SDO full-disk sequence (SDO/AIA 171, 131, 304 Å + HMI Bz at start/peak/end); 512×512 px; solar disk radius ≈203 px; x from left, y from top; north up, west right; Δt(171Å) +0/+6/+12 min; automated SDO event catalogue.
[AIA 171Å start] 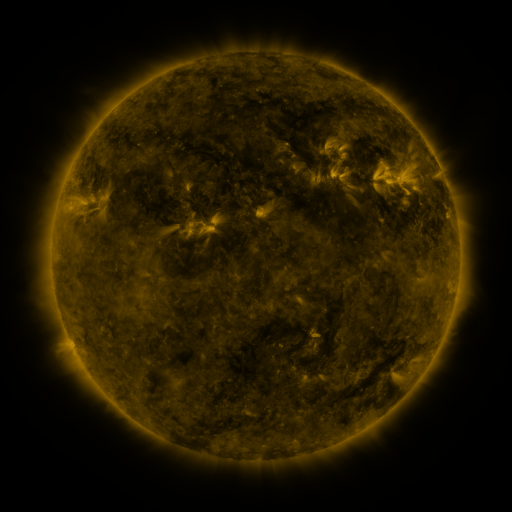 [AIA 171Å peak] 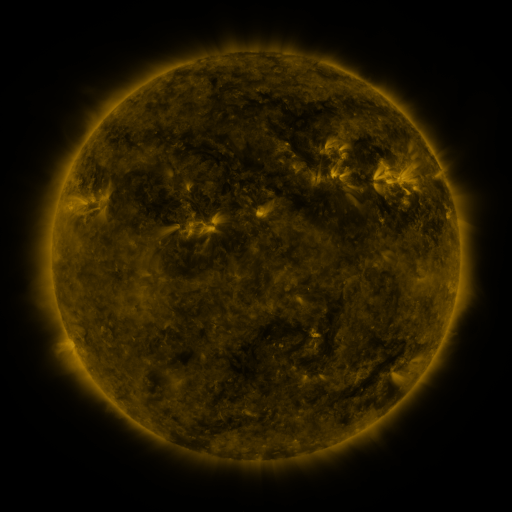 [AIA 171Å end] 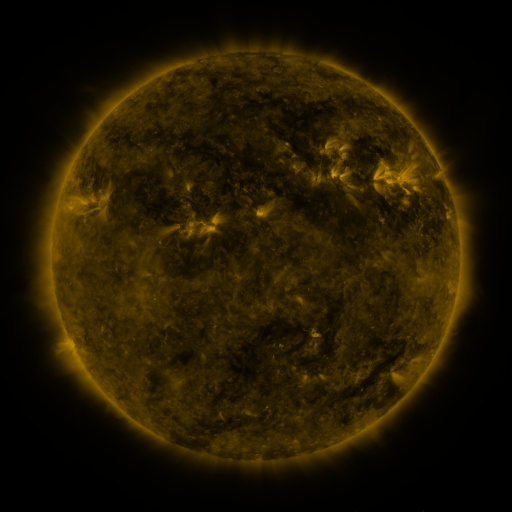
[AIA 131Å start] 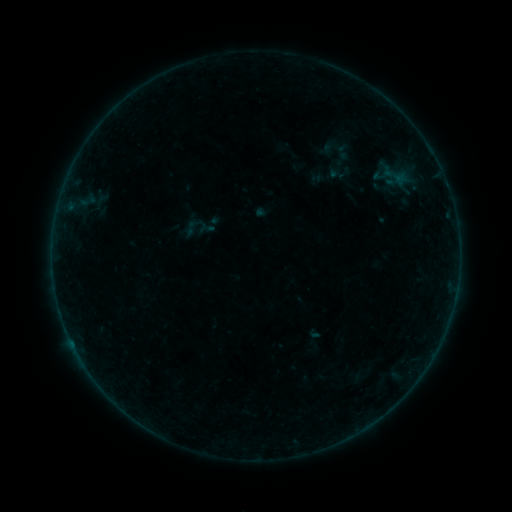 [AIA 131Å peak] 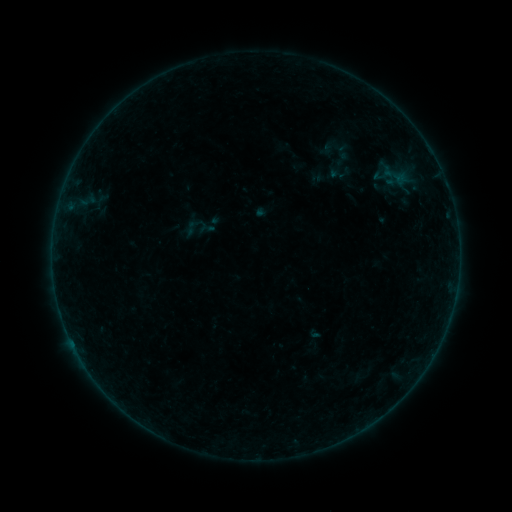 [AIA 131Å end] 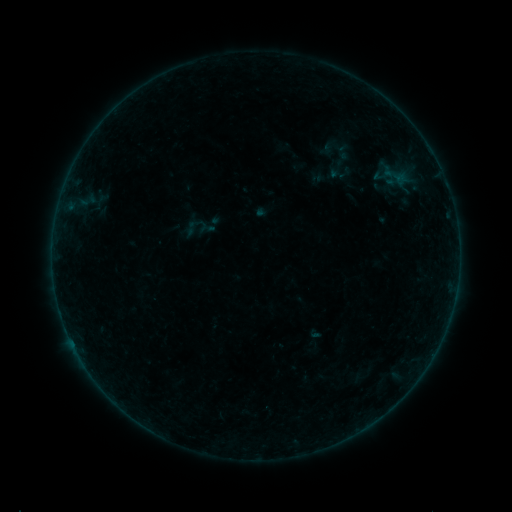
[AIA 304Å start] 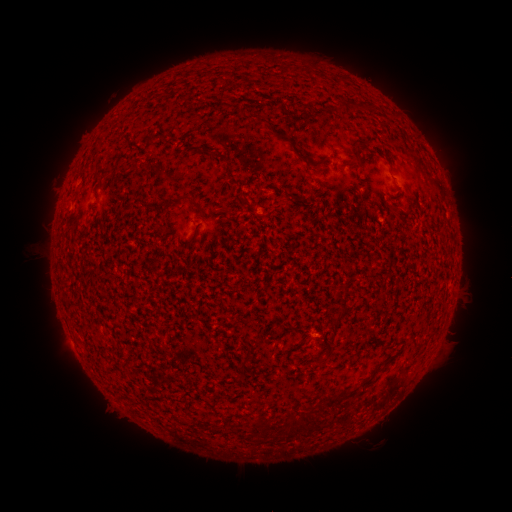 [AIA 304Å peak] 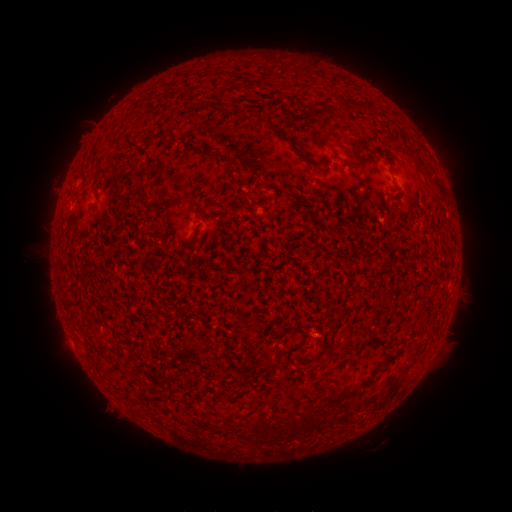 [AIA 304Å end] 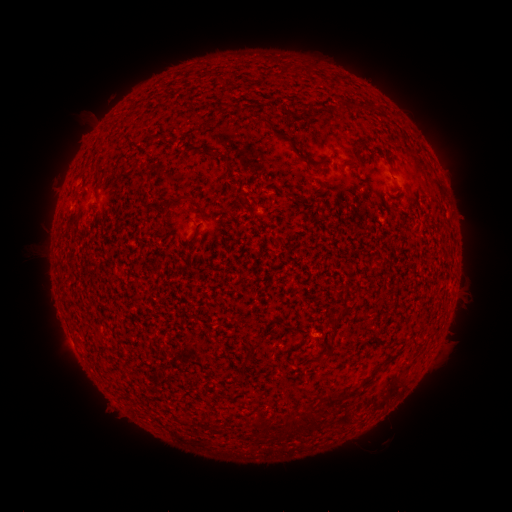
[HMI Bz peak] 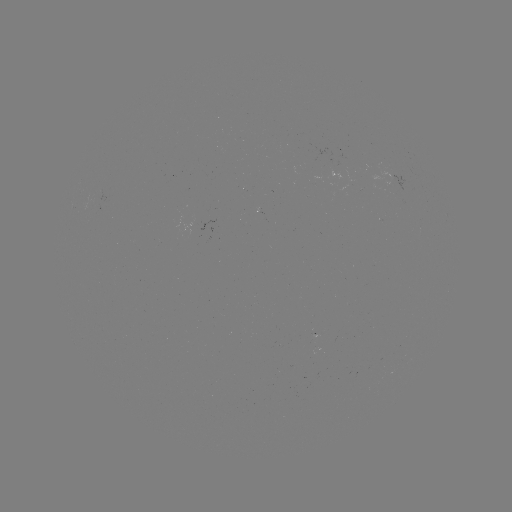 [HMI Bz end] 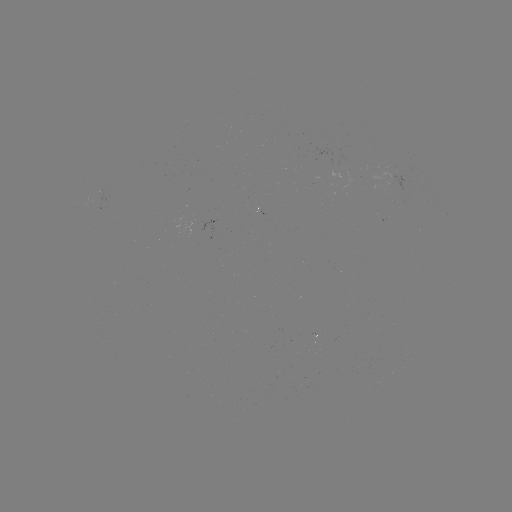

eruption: <bbox>64, 103, 111, 152</bbox>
